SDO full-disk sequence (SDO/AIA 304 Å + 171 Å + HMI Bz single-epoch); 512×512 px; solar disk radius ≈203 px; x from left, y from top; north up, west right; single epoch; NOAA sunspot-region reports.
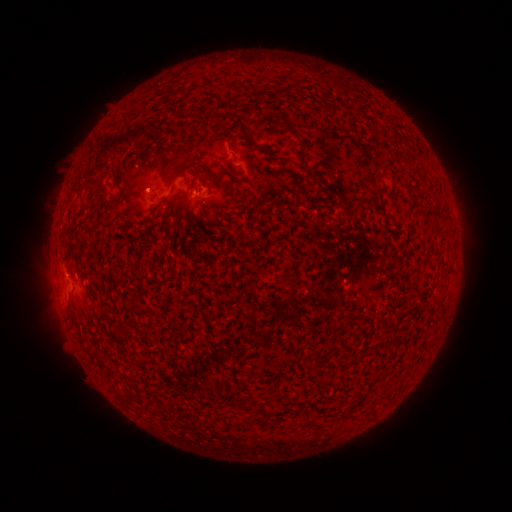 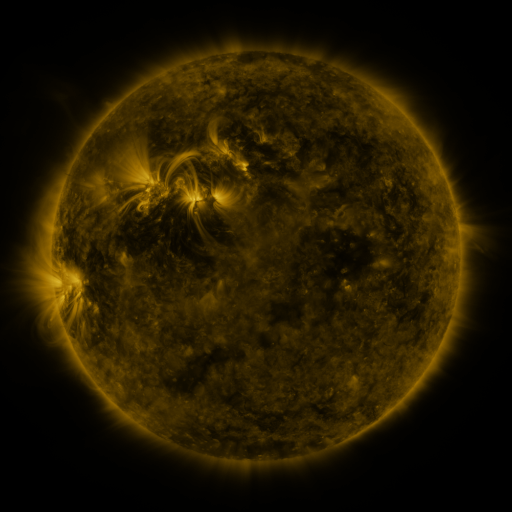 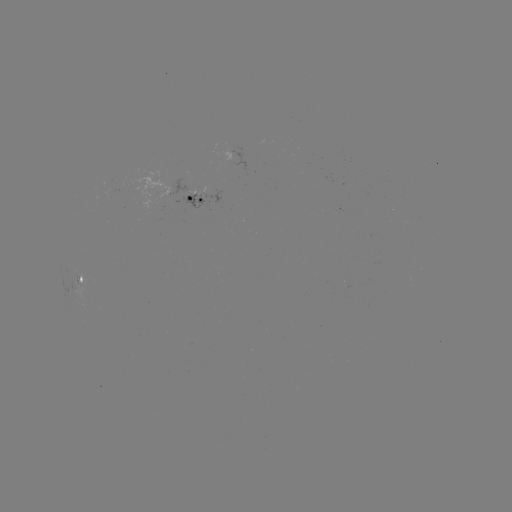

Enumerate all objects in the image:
spotted active region: (197, 197)
spotted active region: (87, 278)
